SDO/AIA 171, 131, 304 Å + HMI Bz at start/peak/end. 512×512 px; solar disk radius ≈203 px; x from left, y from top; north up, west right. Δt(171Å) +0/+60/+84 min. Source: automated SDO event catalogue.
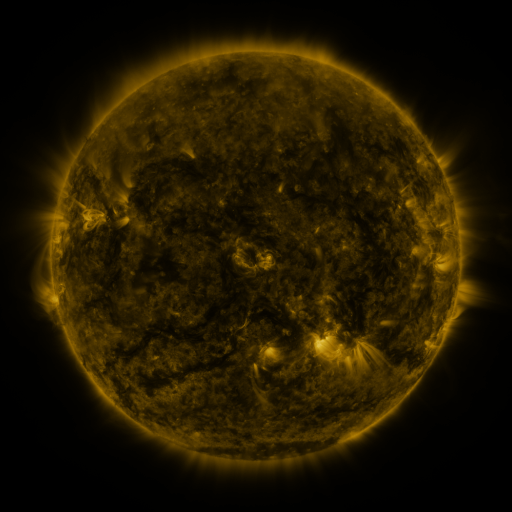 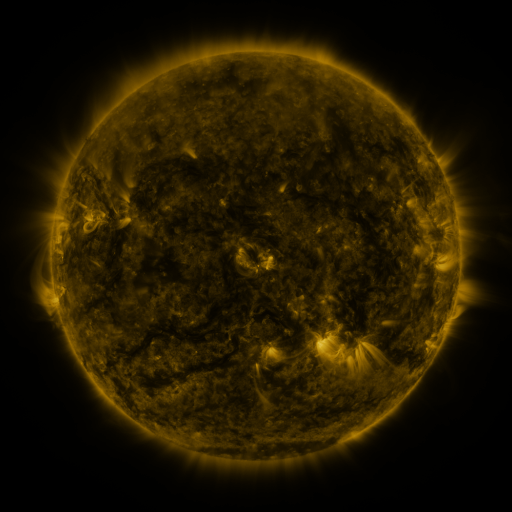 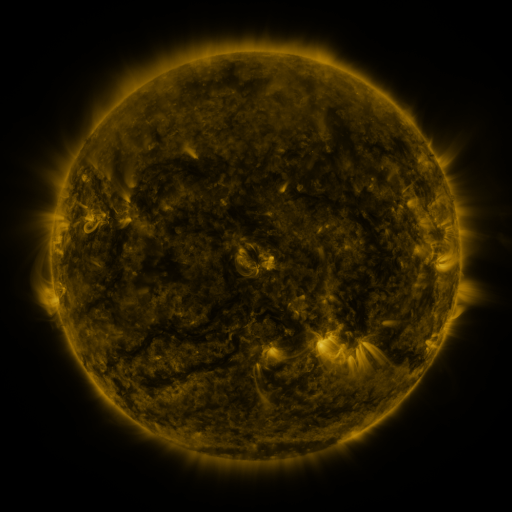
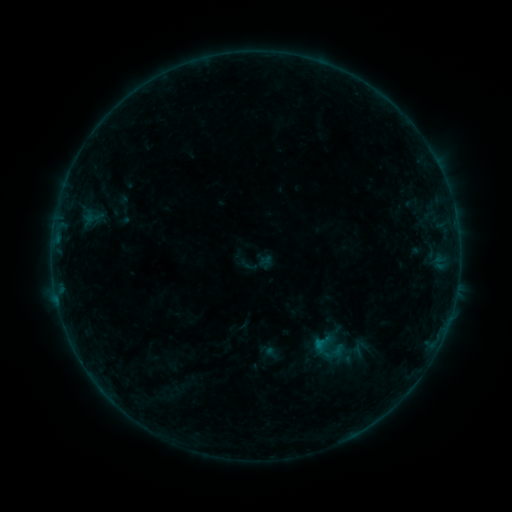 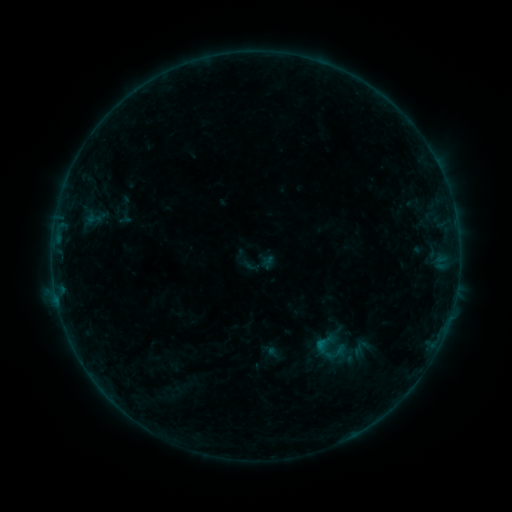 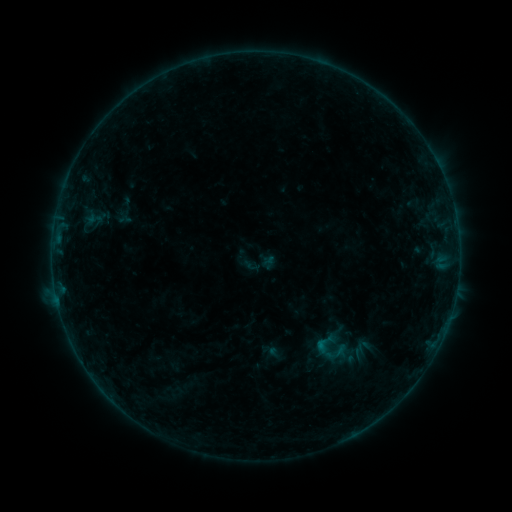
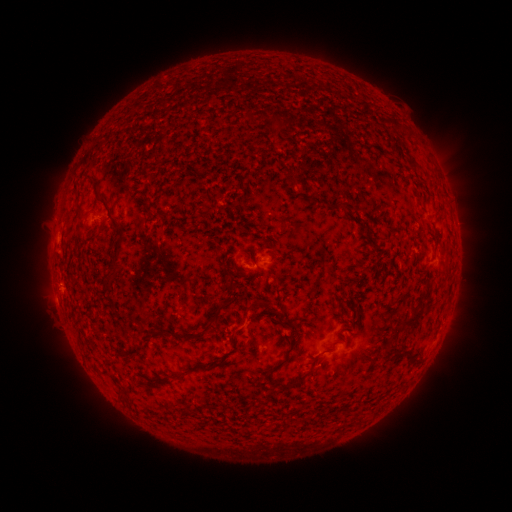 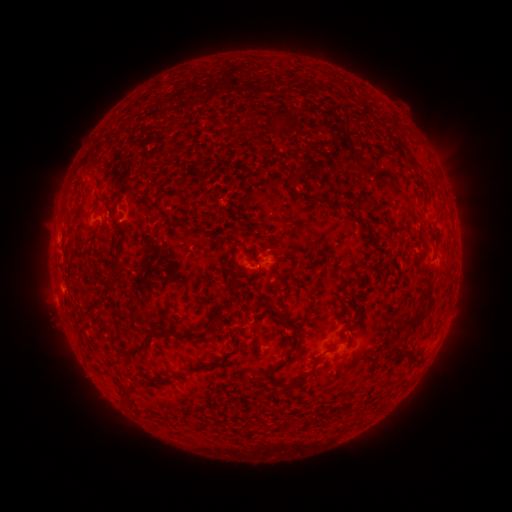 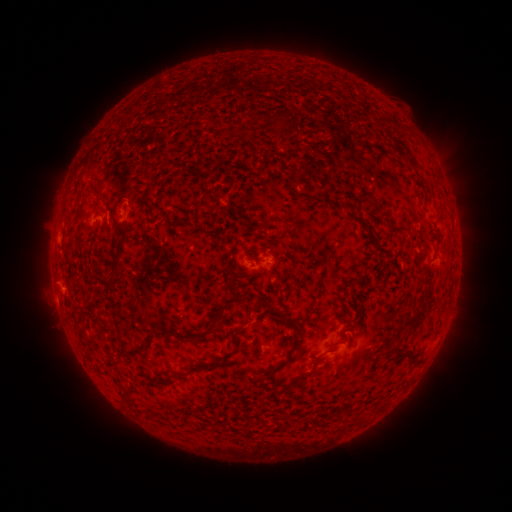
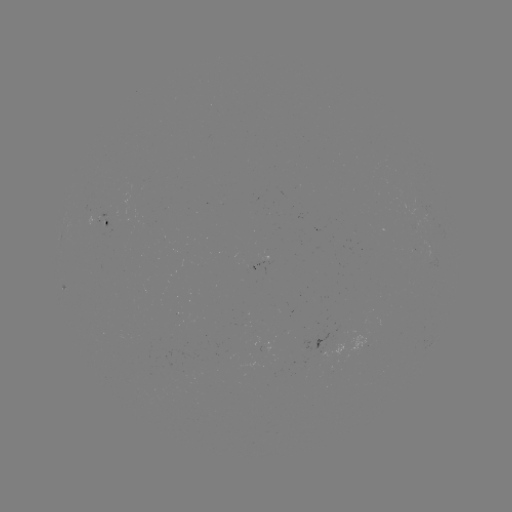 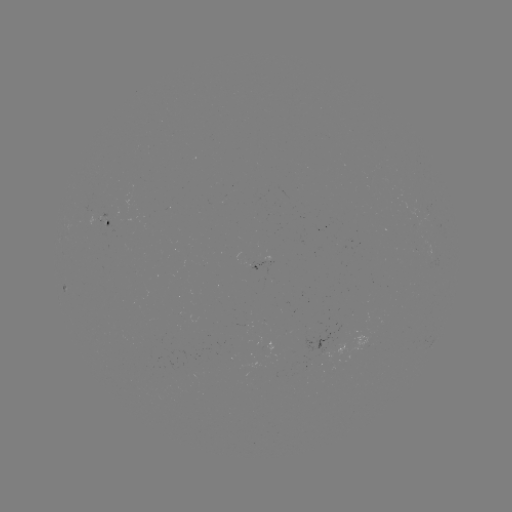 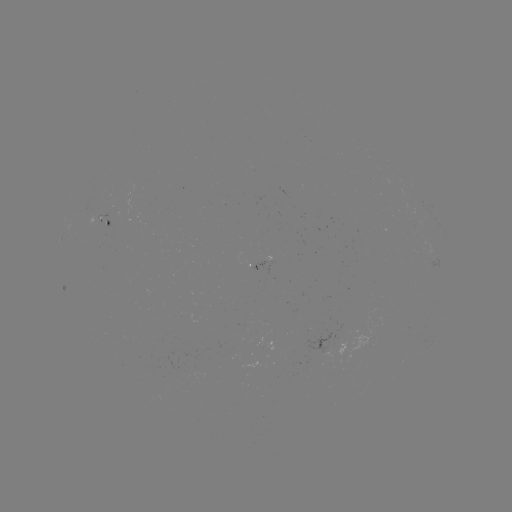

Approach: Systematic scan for emerging-flux region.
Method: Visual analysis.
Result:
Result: emerging-flux region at (422, 248).